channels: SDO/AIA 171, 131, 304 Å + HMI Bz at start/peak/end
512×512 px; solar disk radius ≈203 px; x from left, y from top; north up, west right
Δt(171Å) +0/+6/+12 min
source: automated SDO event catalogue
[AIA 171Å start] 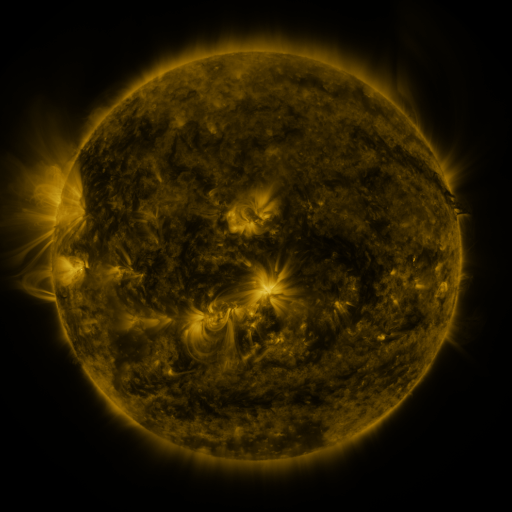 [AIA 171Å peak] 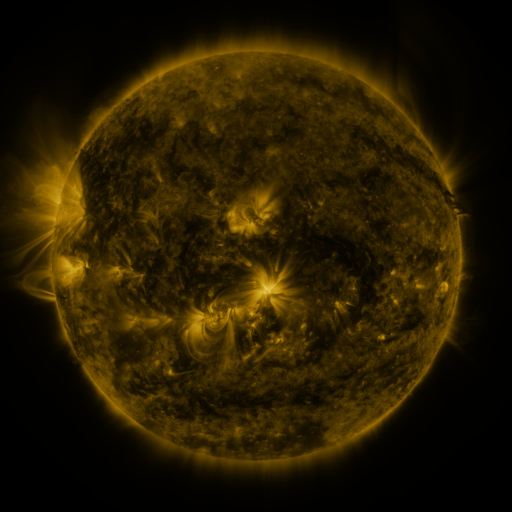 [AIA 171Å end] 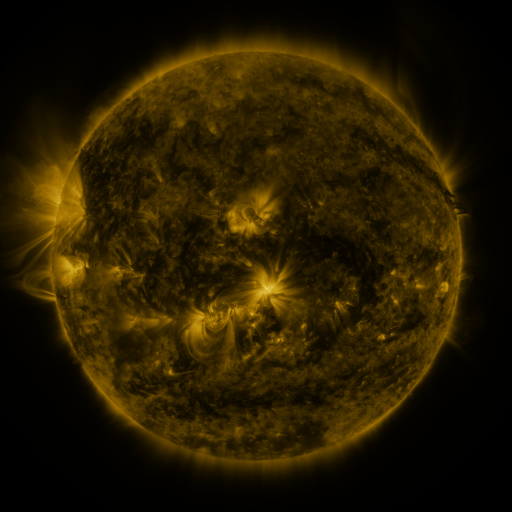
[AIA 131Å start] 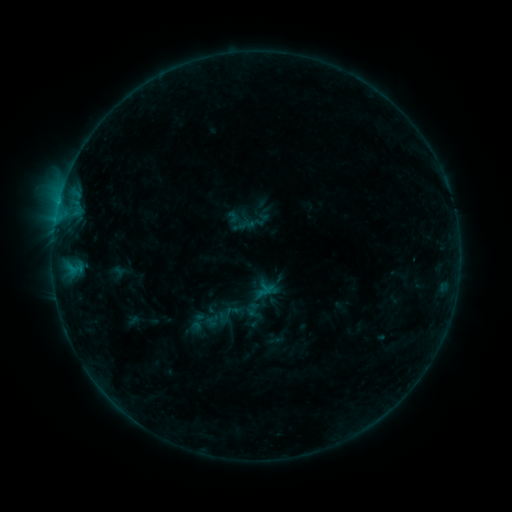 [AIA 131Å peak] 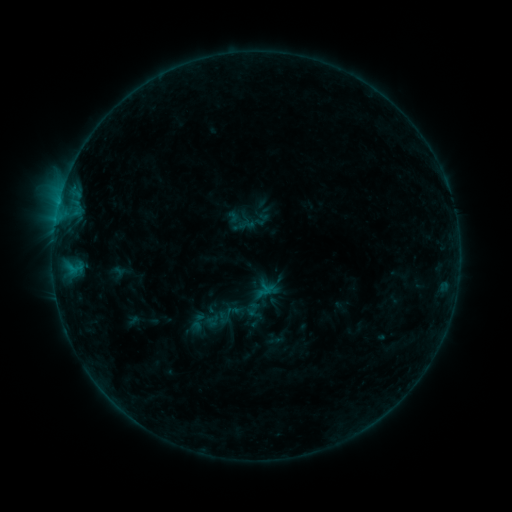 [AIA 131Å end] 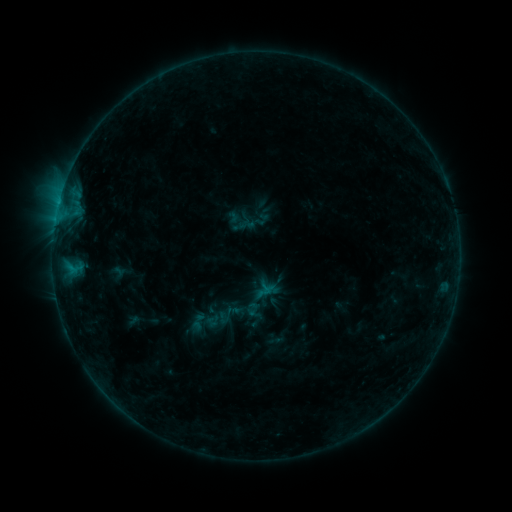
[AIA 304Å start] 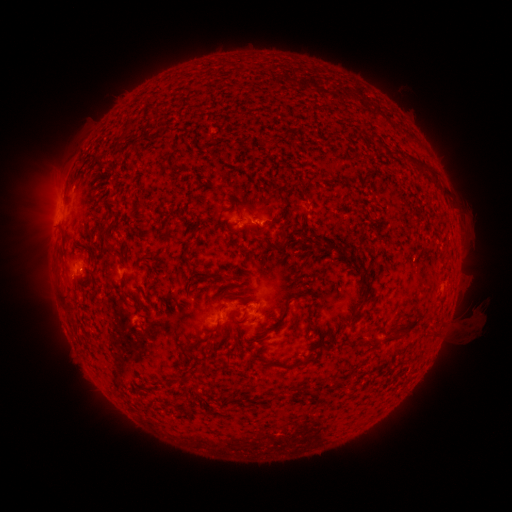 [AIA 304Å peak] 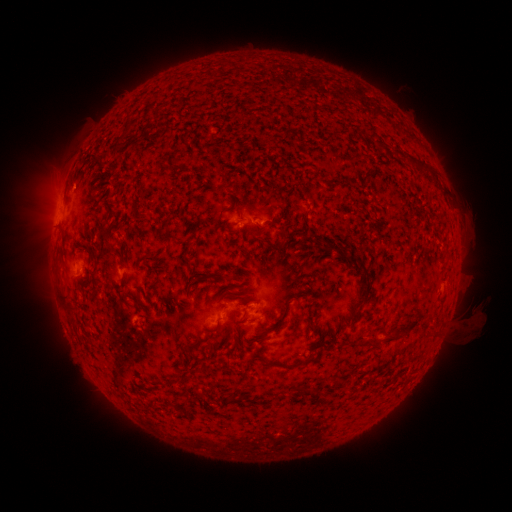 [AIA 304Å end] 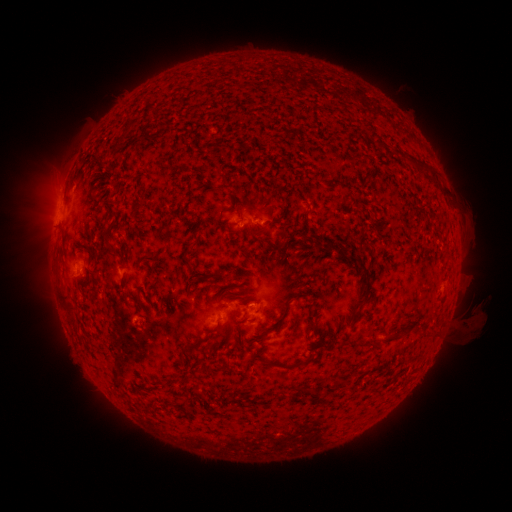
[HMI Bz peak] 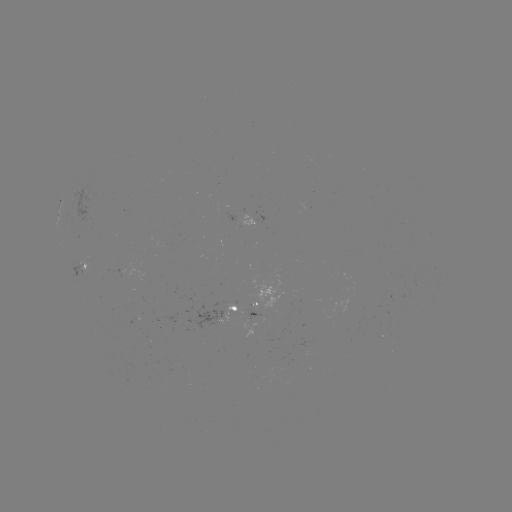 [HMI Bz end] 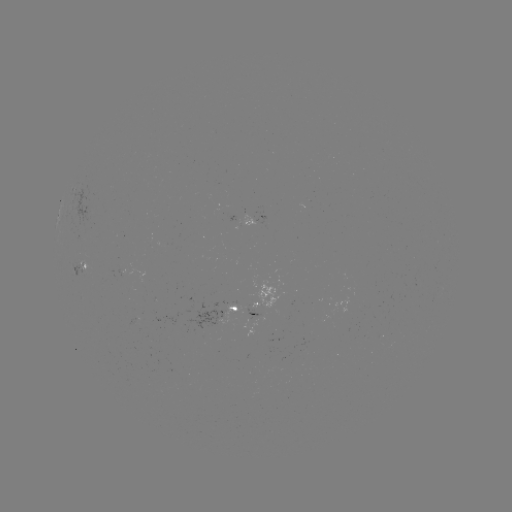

nothing was catalogued: no classed flare, no EUV trigger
